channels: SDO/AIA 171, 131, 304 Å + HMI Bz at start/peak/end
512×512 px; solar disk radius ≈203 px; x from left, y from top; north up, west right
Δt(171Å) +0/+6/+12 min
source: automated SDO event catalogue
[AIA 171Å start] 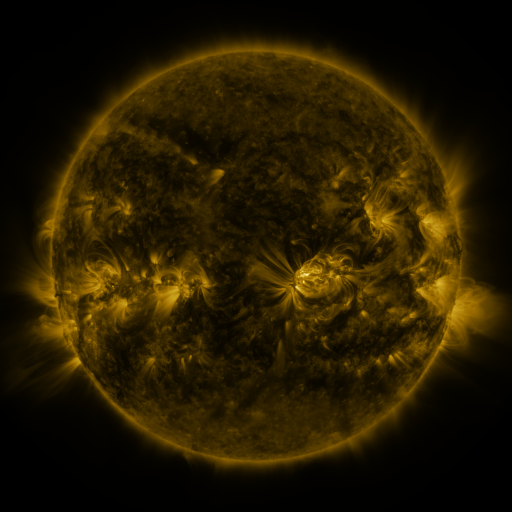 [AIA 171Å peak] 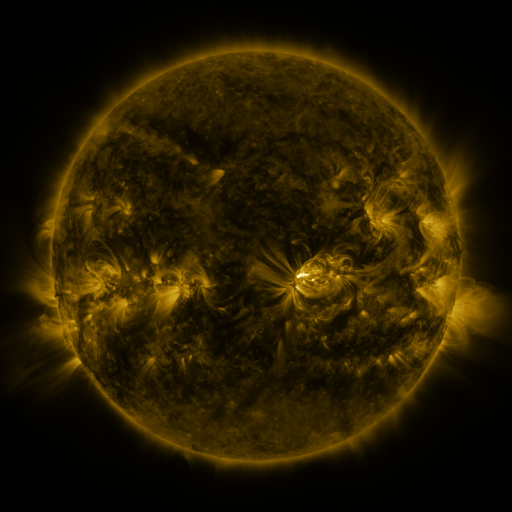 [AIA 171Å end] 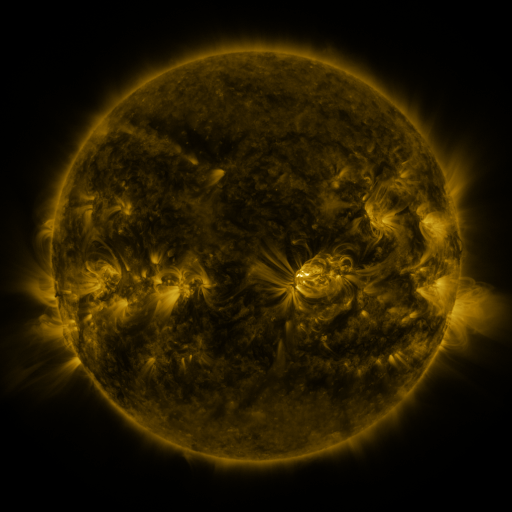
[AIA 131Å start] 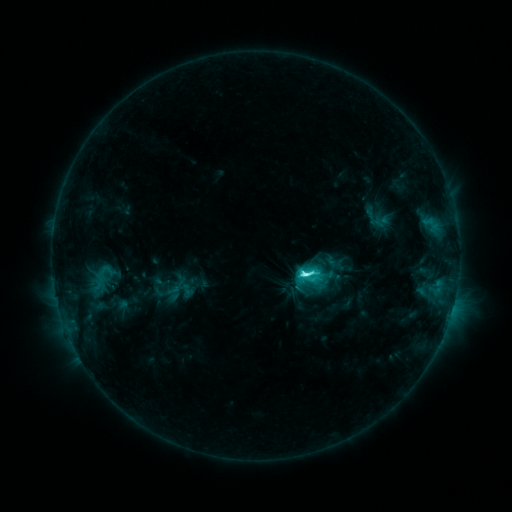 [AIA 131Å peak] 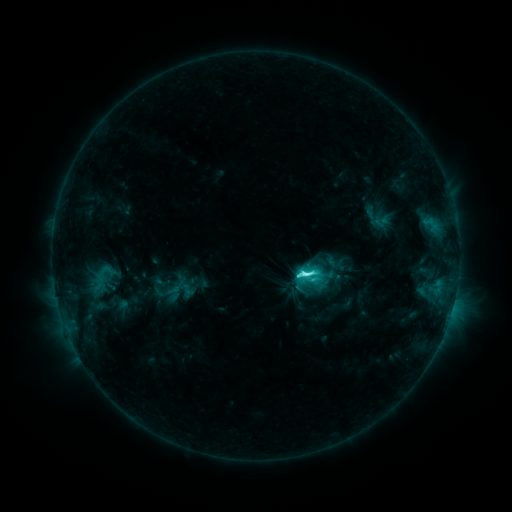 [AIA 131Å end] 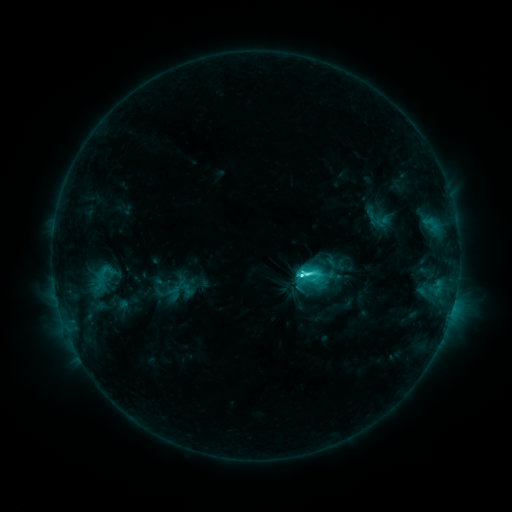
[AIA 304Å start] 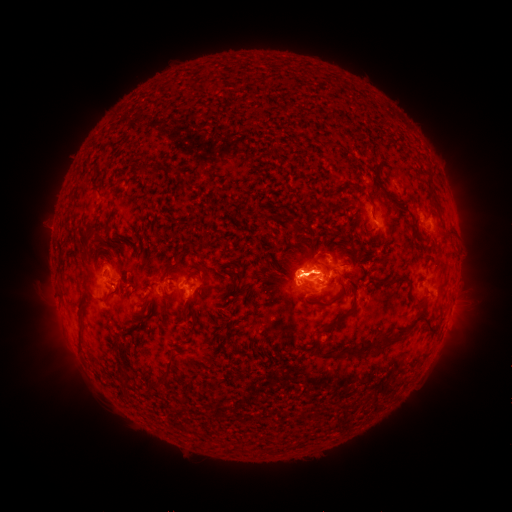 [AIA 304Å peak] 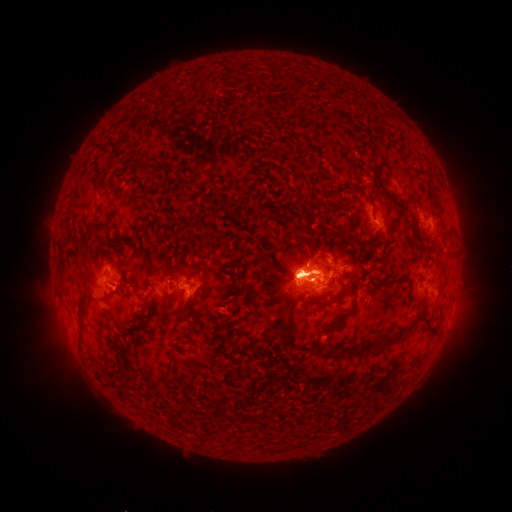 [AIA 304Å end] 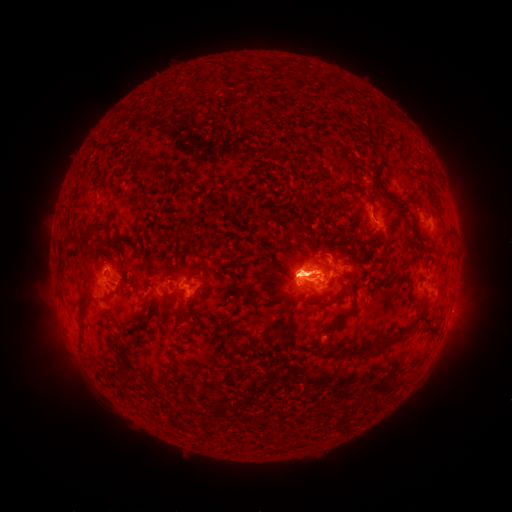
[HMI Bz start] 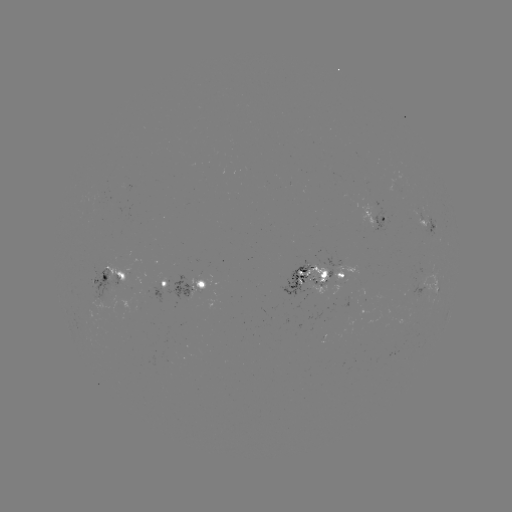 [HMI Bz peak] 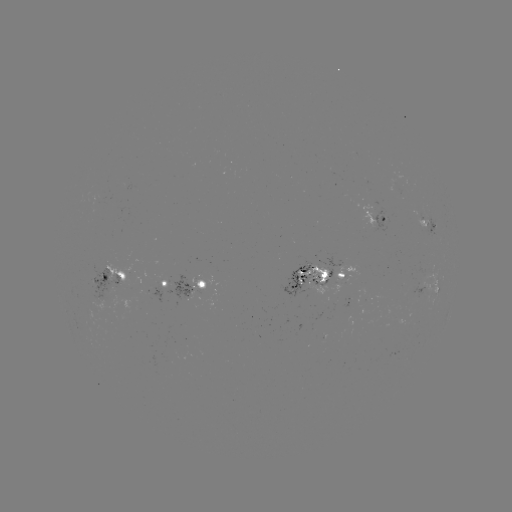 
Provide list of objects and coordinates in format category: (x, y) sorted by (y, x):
eruption: (72, 311)
